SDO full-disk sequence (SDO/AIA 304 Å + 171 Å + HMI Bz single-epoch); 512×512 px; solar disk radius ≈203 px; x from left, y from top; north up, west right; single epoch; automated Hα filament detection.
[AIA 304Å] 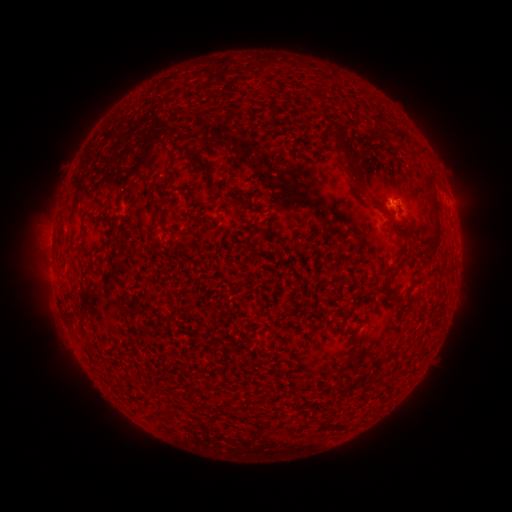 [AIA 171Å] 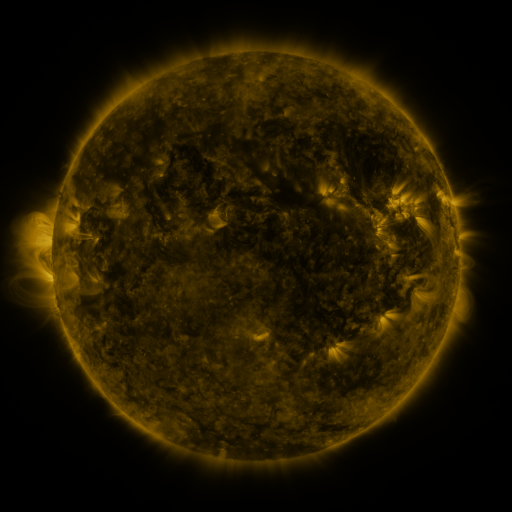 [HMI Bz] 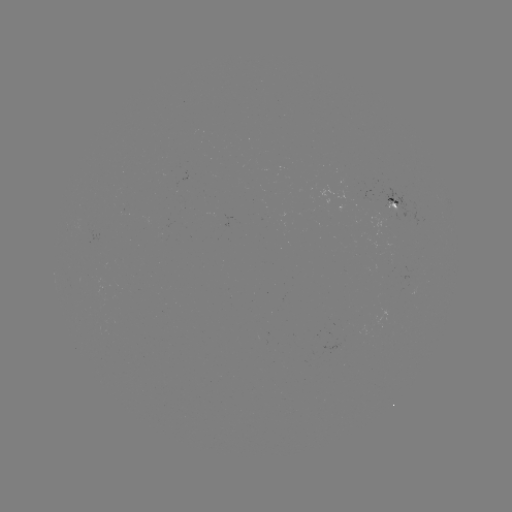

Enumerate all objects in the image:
filament: (400, 133)
filament: (382, 134)
filament: (345, 147)
filament: (207, 172)
filament: (433, 198)
filament: (361, 199)
filament: (247, 203)
filament: (154, 214)
filament: (106, 217)
filament: (436, 236)
filament: (391, 273)
filament: (327, 419)
